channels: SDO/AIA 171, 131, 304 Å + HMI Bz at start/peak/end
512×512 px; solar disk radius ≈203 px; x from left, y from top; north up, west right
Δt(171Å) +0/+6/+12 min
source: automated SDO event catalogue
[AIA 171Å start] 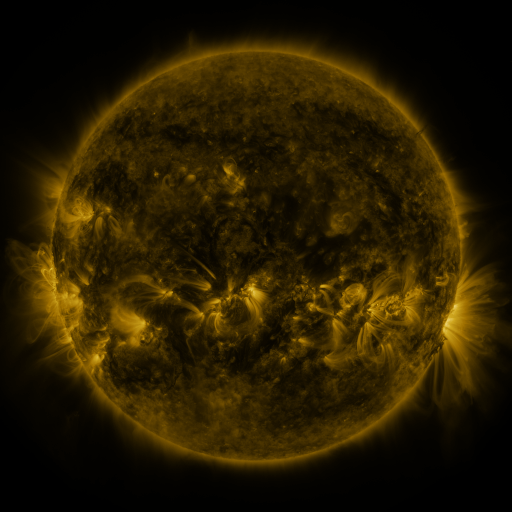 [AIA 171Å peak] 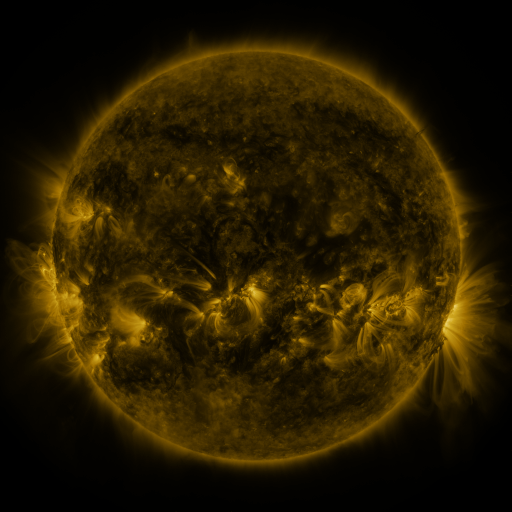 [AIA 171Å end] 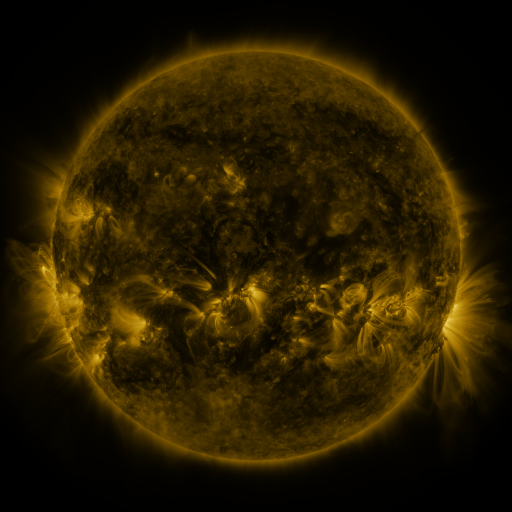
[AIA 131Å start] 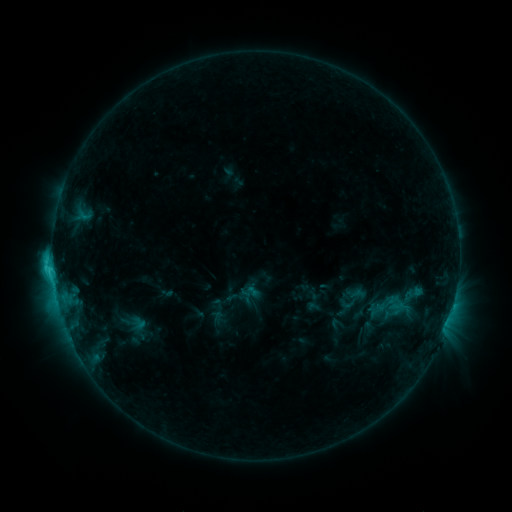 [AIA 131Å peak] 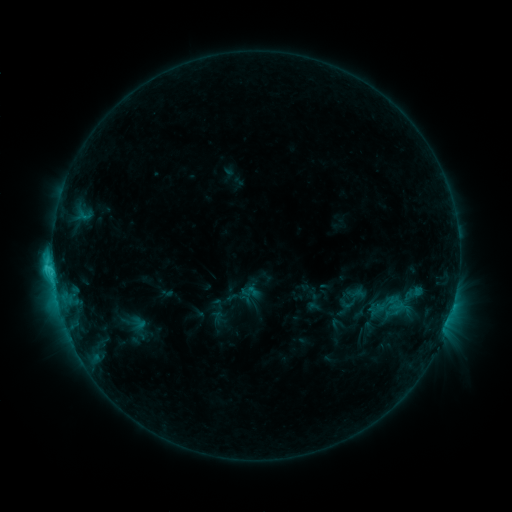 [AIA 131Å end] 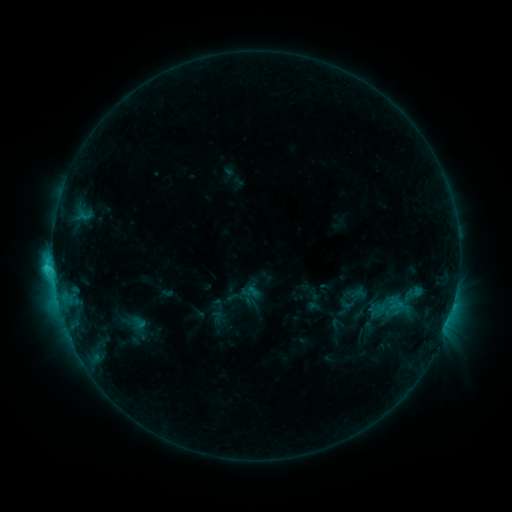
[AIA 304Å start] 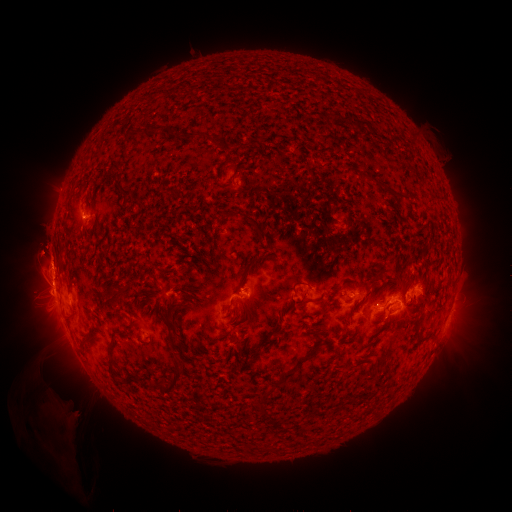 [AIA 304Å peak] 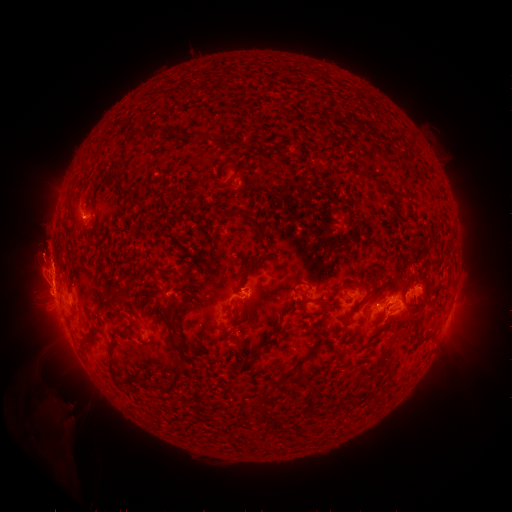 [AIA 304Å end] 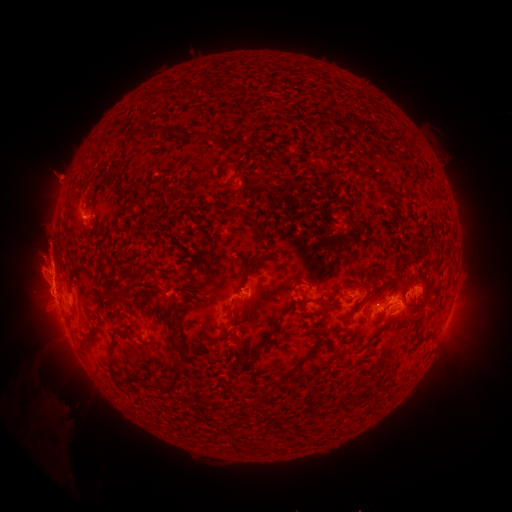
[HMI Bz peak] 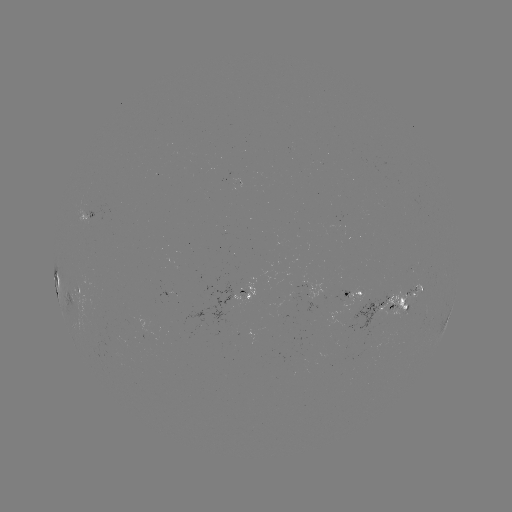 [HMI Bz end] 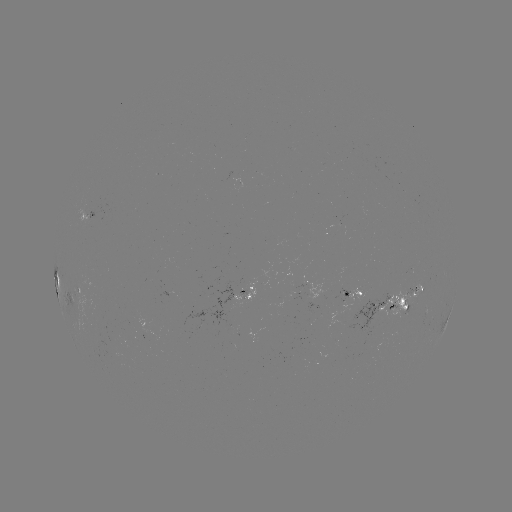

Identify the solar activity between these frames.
eruption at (42, 256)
